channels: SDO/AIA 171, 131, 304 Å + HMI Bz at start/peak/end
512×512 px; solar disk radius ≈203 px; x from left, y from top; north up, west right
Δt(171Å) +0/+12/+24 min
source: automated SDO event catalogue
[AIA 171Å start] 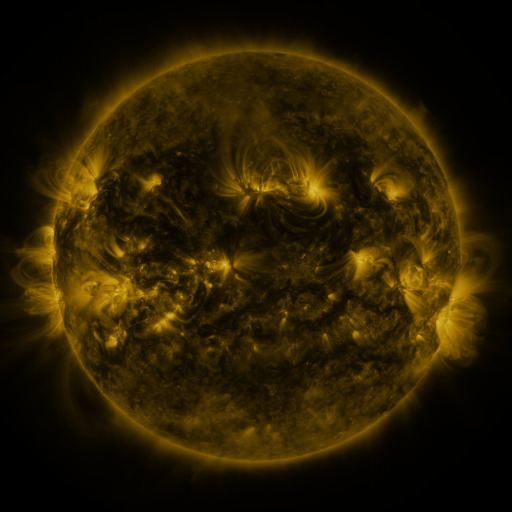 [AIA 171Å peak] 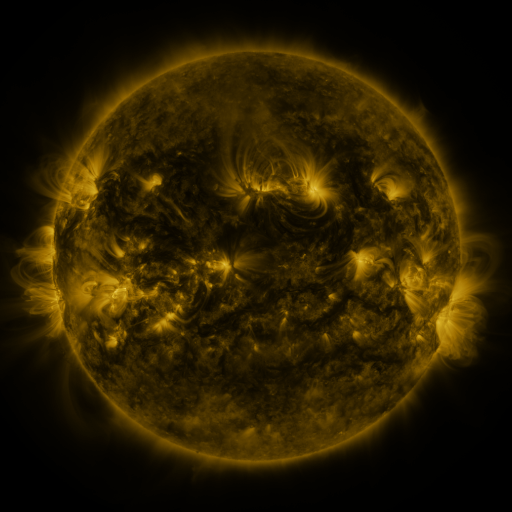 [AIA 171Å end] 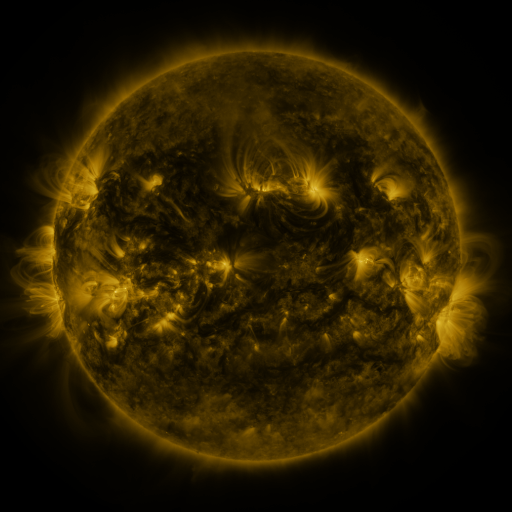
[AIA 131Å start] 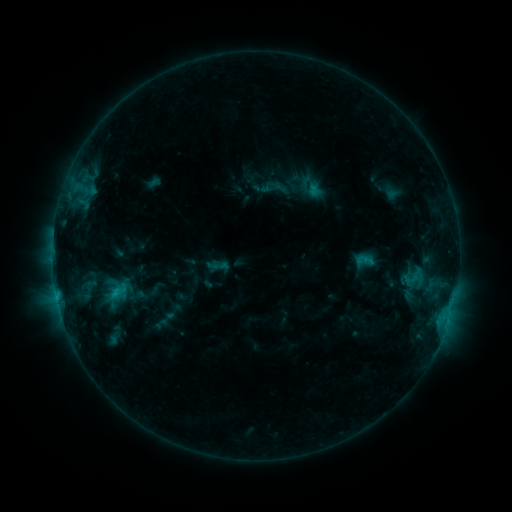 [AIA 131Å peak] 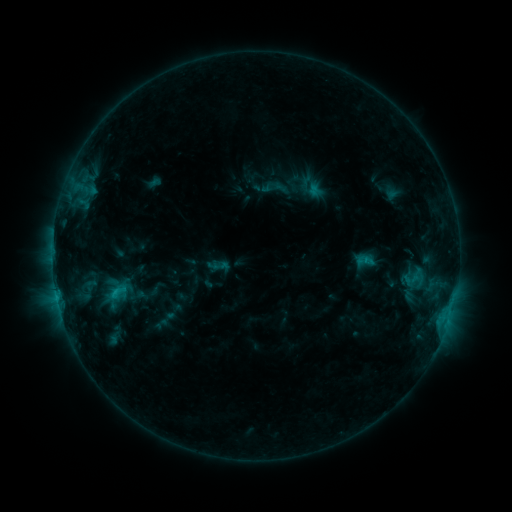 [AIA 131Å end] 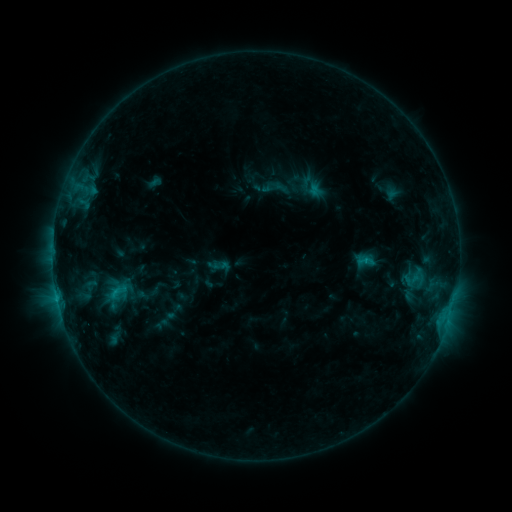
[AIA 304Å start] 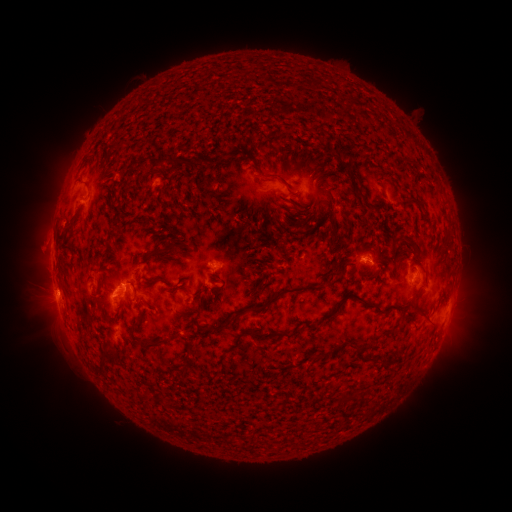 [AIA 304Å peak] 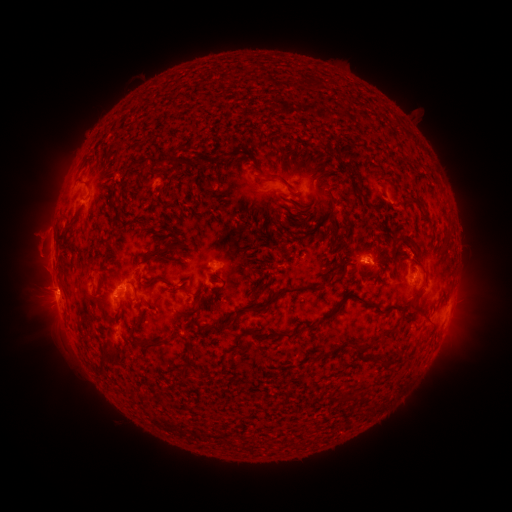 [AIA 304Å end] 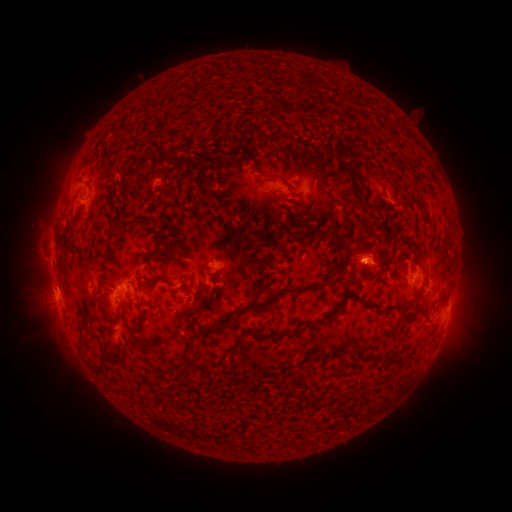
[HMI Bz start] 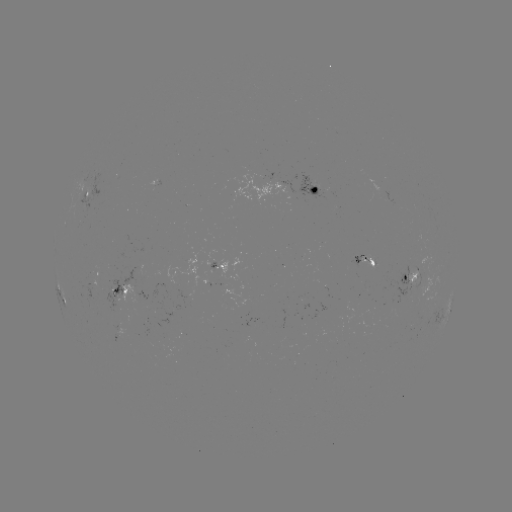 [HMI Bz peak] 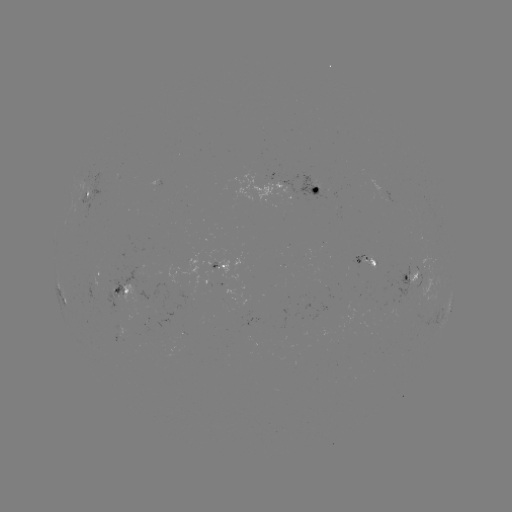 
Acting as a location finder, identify eruption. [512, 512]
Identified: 39,233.